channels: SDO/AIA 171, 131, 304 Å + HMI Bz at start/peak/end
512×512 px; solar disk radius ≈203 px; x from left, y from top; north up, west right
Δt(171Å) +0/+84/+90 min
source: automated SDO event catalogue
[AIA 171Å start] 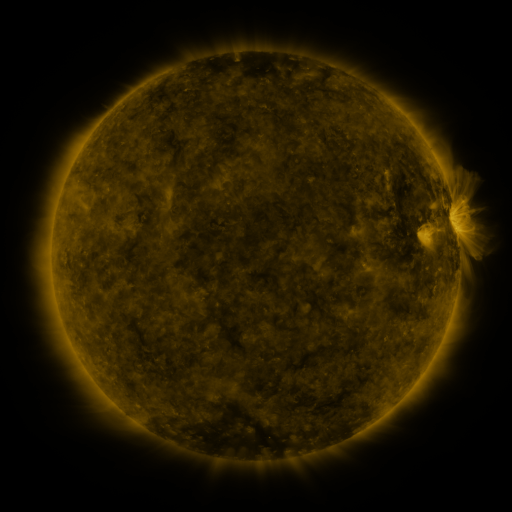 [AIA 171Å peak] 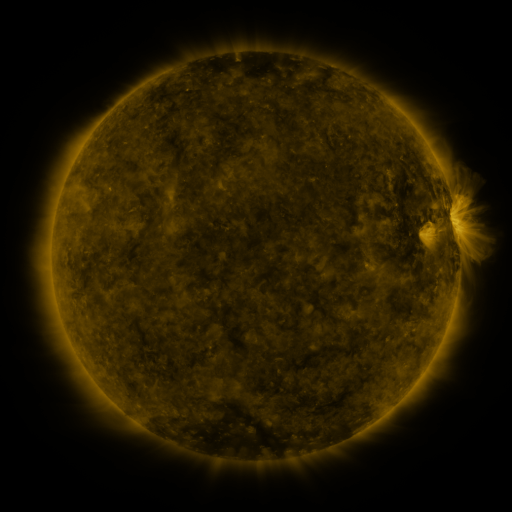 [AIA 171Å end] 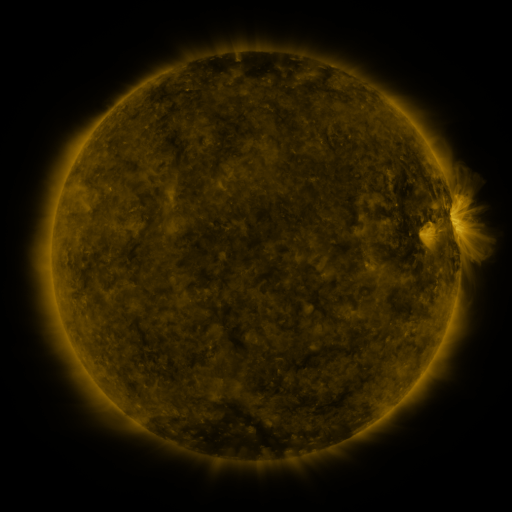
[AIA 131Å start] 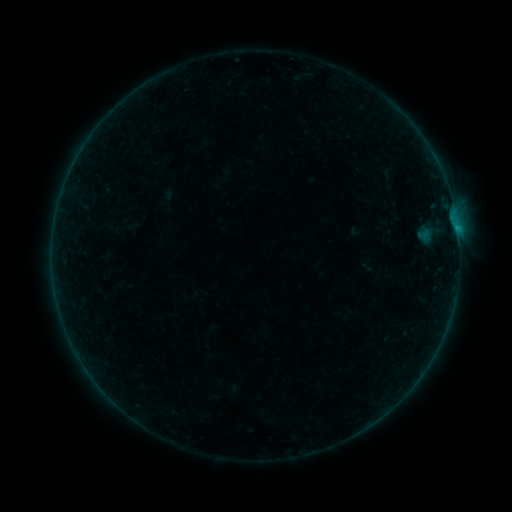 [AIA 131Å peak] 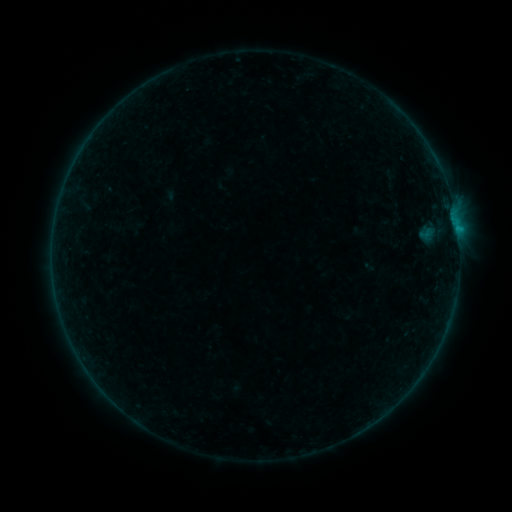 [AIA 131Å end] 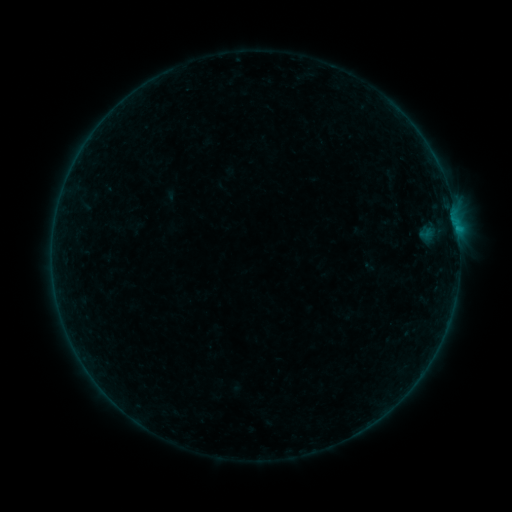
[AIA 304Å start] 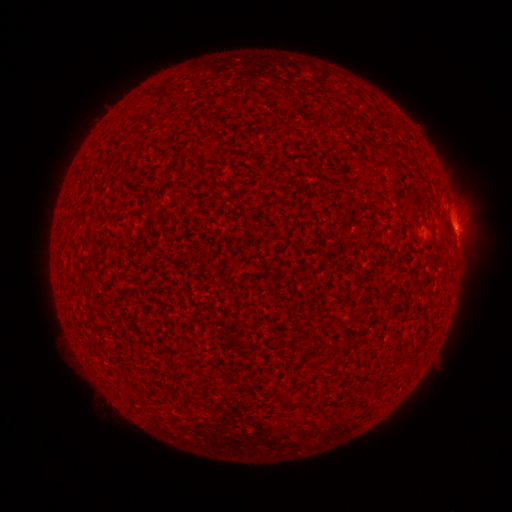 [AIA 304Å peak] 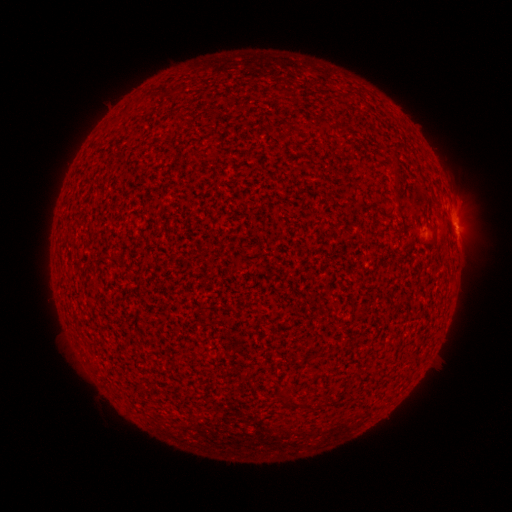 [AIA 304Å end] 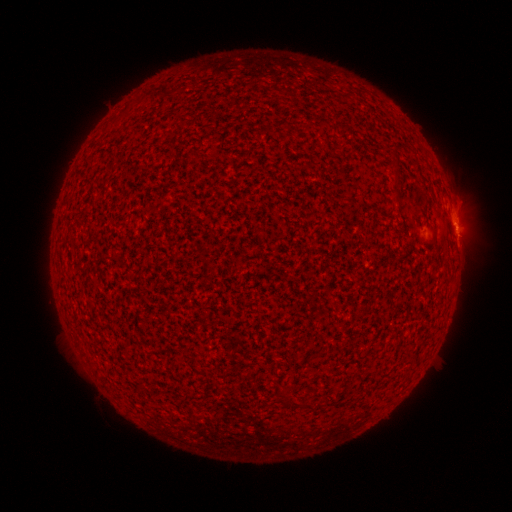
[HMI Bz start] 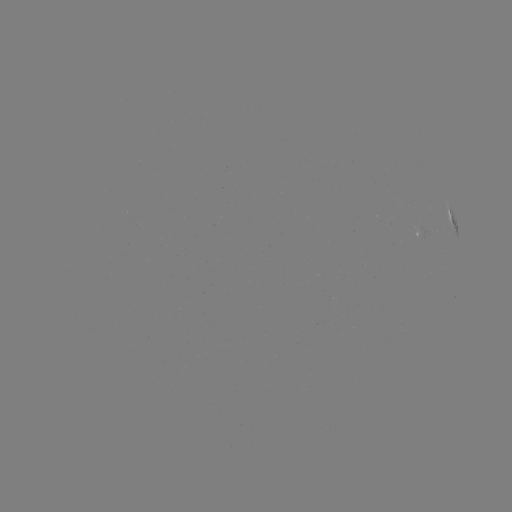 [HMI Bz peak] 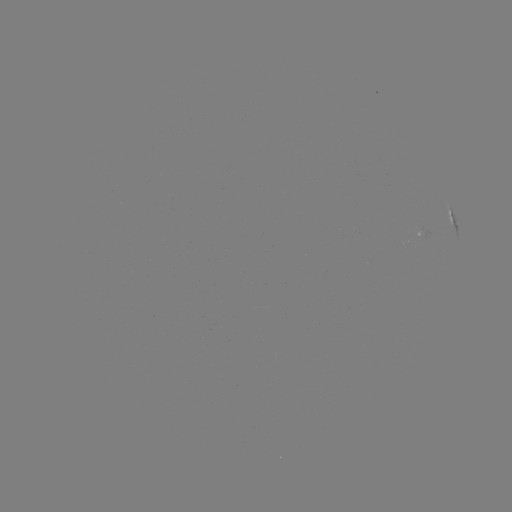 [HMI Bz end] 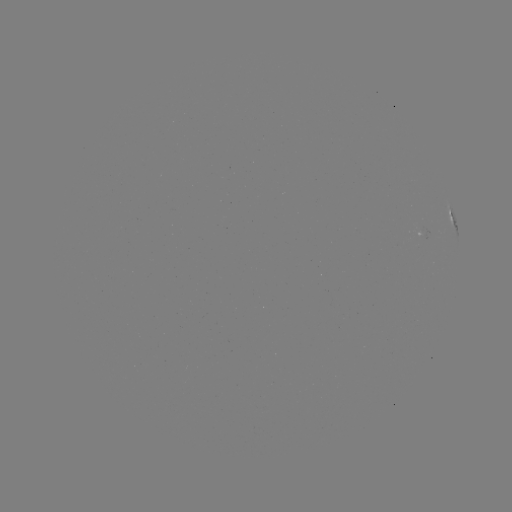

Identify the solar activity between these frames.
B1.8 flare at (457, 230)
